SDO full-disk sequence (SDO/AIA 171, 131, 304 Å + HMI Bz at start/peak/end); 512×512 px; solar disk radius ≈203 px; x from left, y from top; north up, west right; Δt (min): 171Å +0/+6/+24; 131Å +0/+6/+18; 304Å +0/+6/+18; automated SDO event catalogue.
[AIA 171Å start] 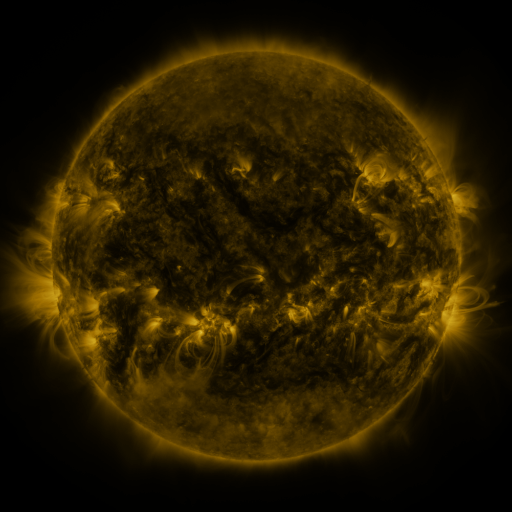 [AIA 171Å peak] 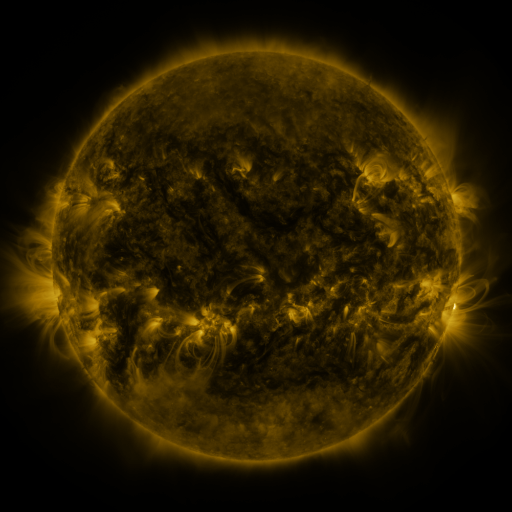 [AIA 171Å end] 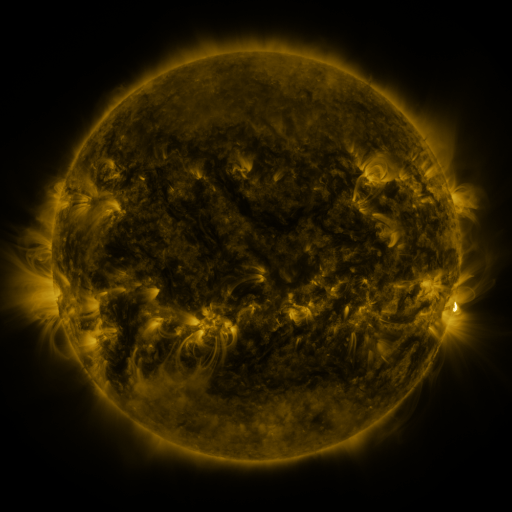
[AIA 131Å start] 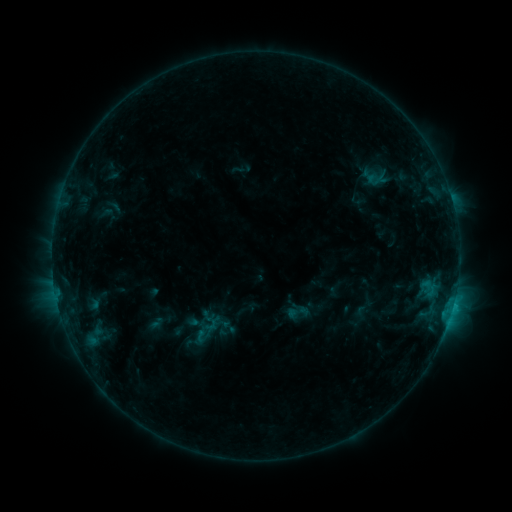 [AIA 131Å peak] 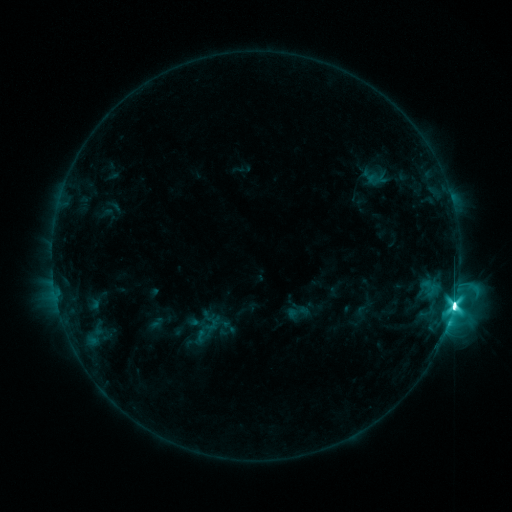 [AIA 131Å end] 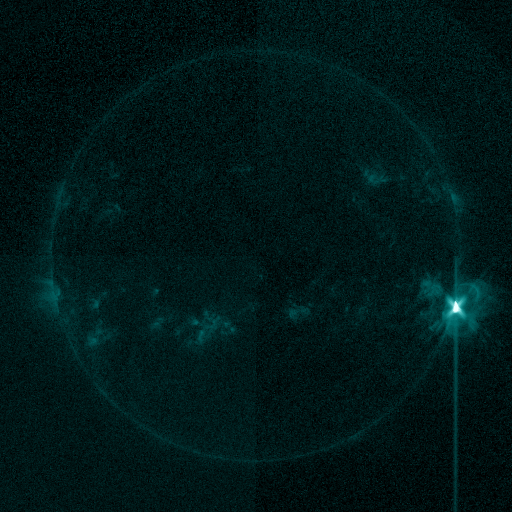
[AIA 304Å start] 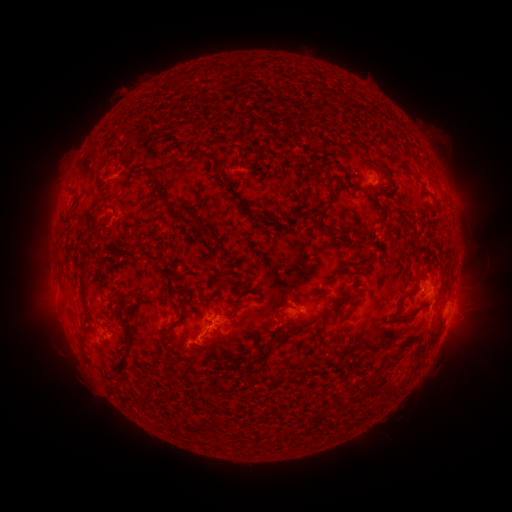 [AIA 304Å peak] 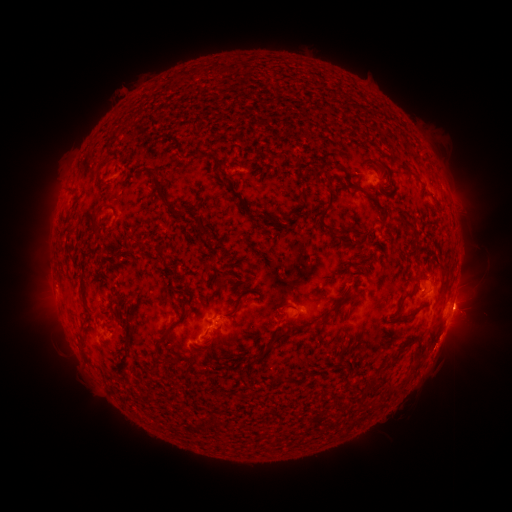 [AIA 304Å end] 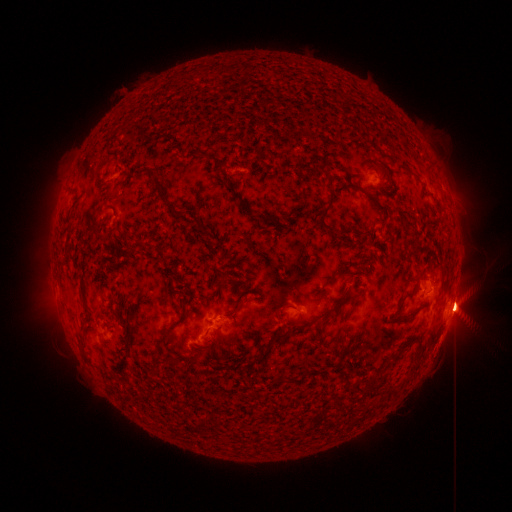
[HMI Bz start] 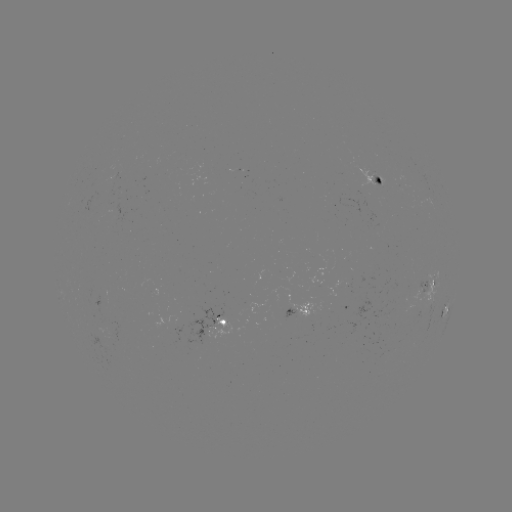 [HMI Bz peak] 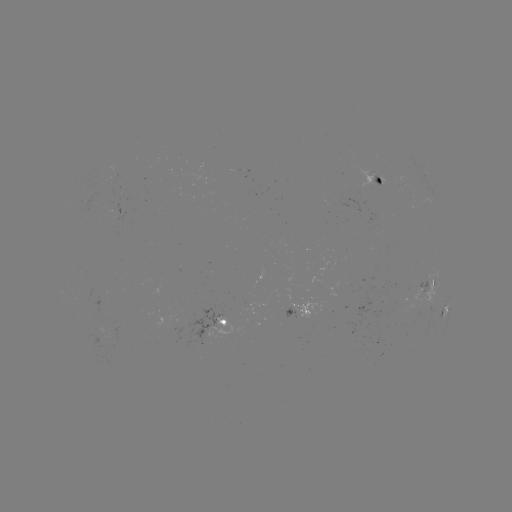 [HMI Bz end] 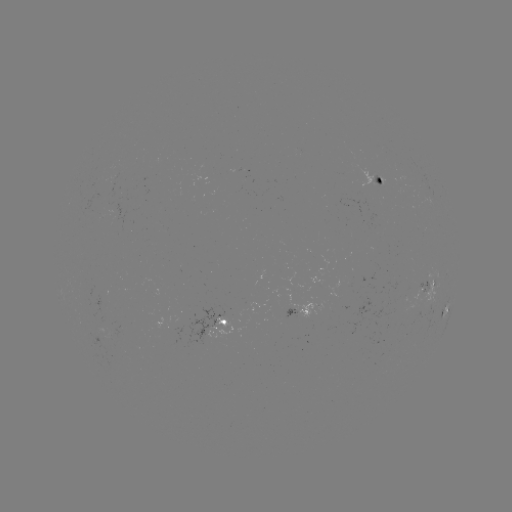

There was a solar flare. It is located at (453, 304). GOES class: X1.3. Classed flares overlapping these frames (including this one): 1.